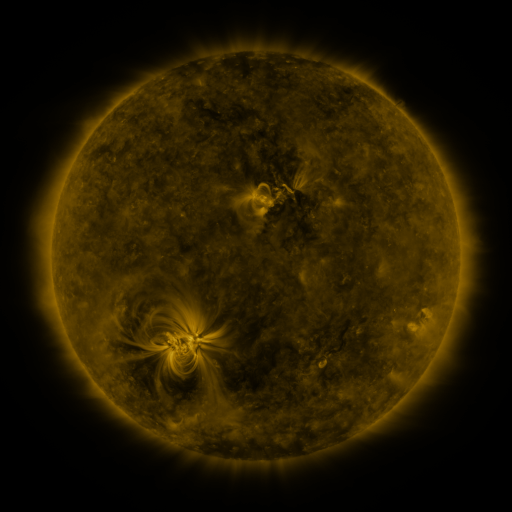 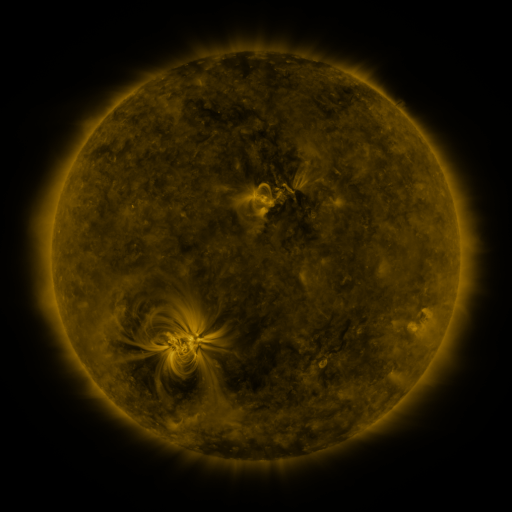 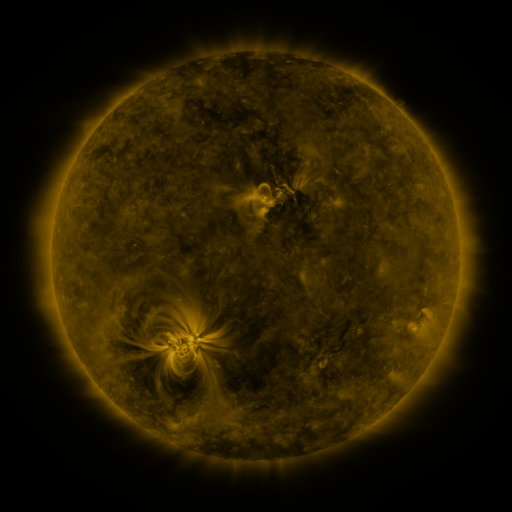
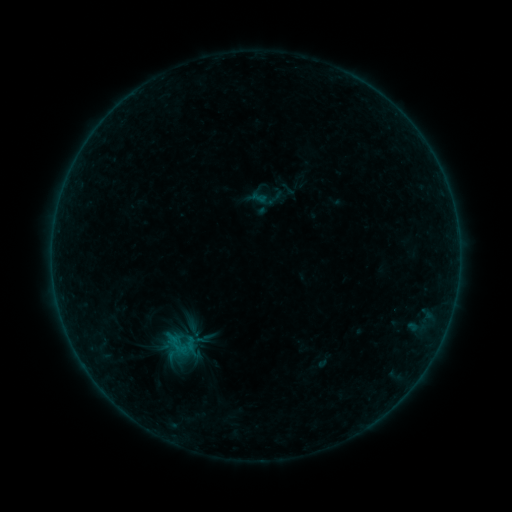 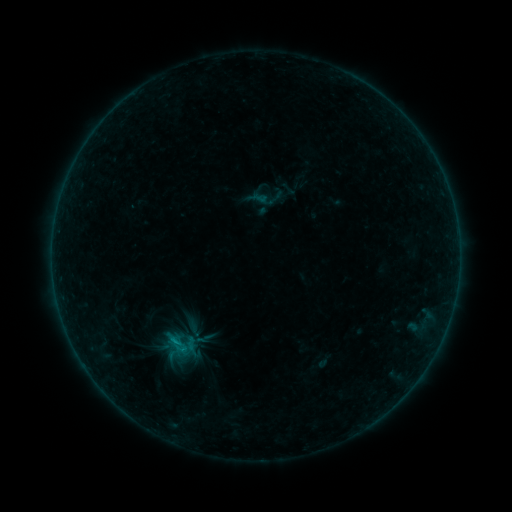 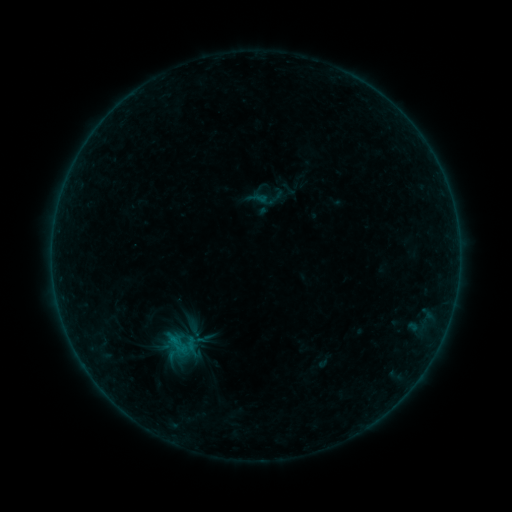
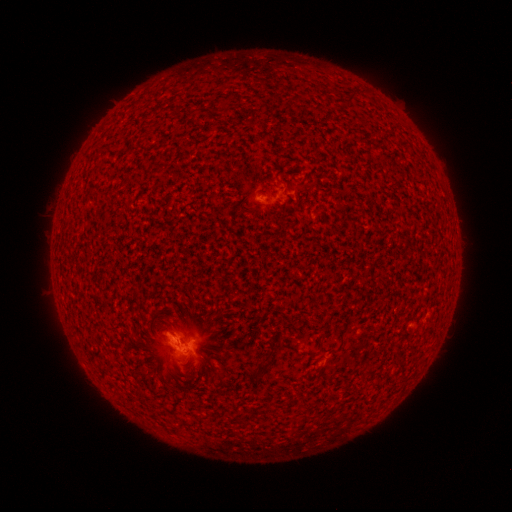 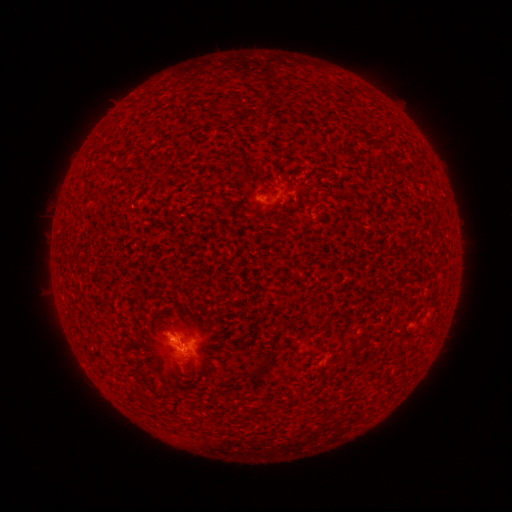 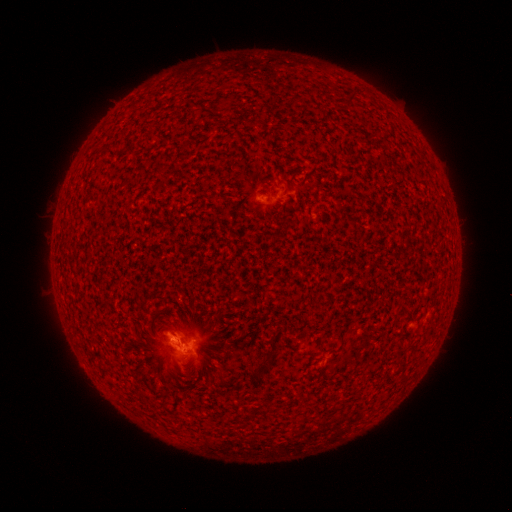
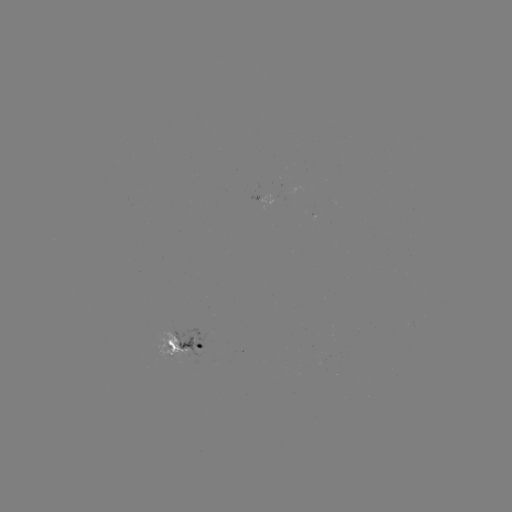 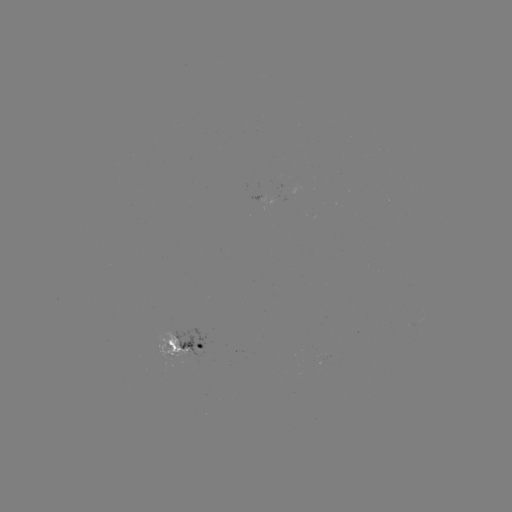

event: flare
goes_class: B3.7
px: (175, 339)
